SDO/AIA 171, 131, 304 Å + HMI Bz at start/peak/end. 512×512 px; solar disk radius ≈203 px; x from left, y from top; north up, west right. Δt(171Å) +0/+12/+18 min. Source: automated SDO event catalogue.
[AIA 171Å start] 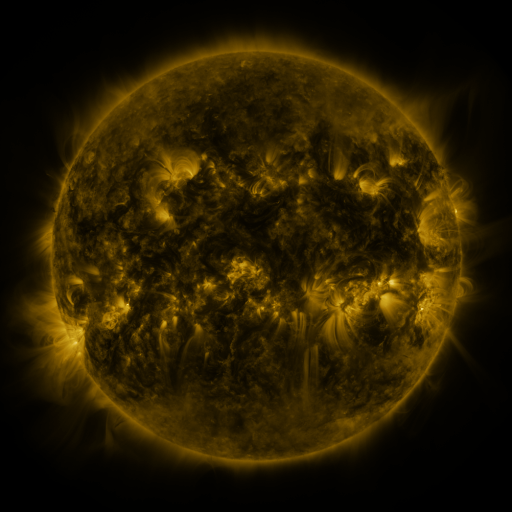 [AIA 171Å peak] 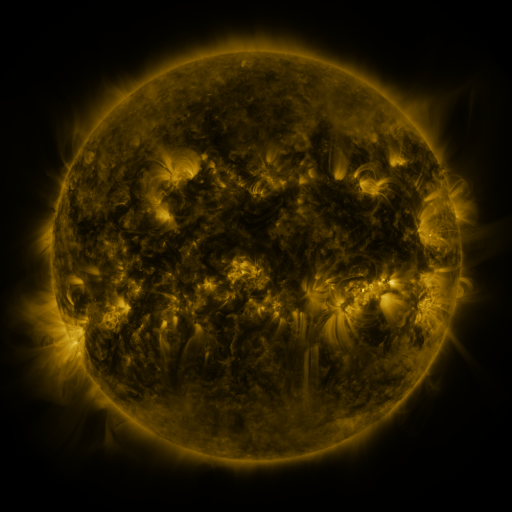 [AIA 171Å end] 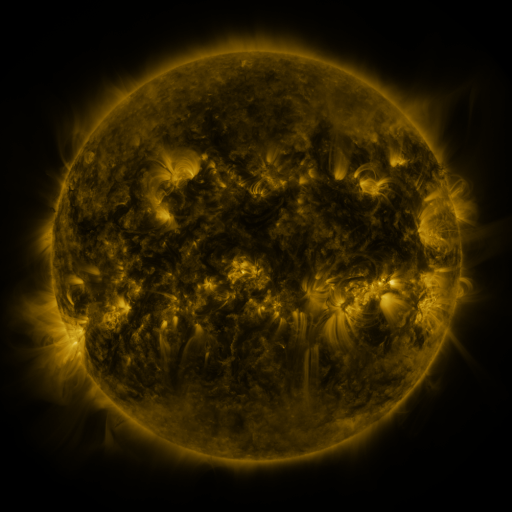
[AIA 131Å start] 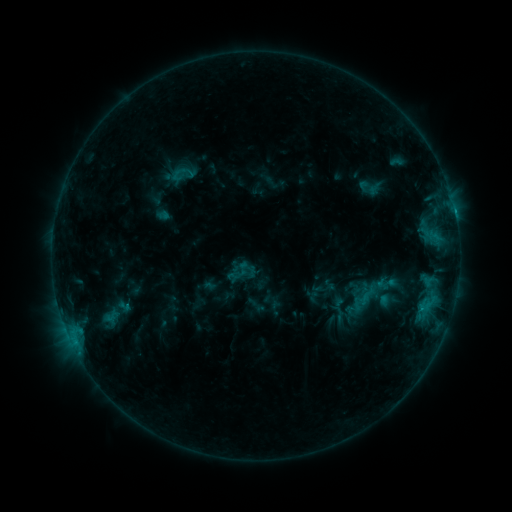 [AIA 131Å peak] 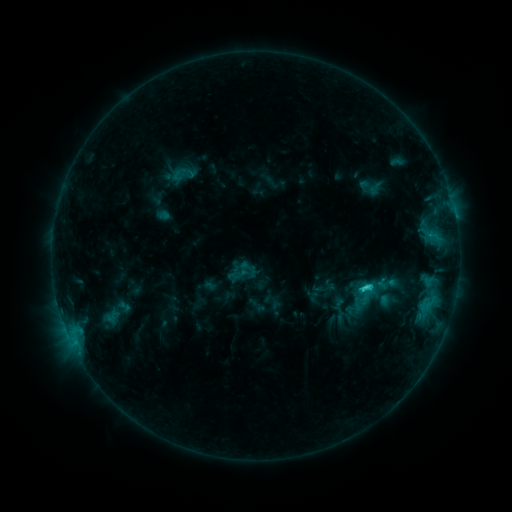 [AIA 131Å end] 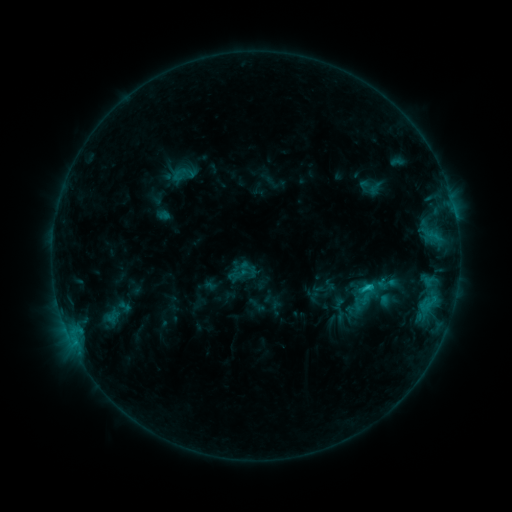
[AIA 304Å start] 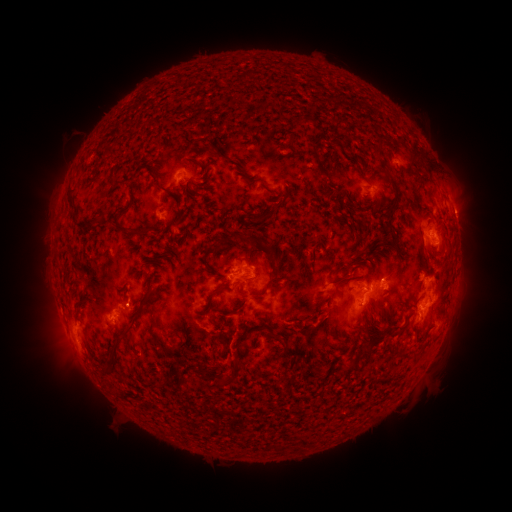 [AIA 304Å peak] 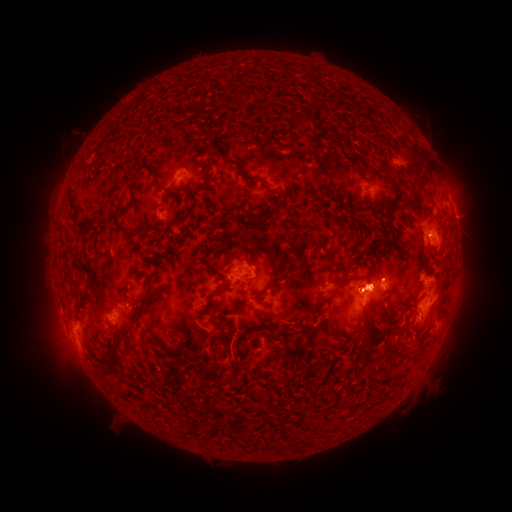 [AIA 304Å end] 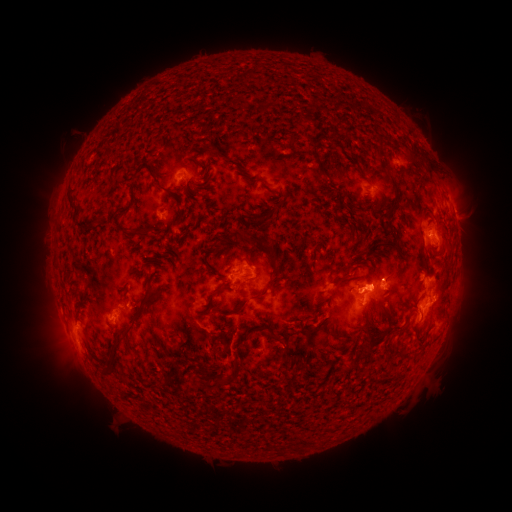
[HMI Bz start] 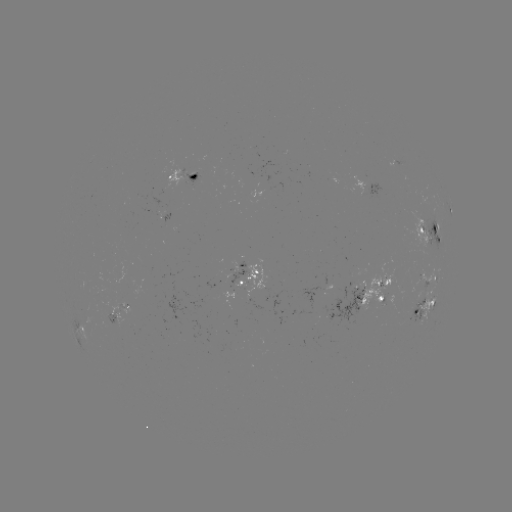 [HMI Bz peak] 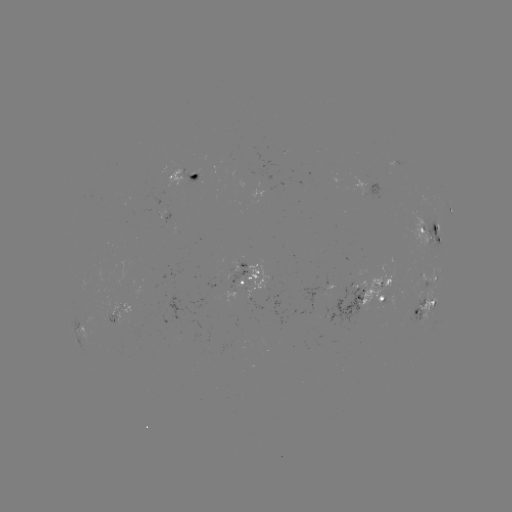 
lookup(C2.2 flare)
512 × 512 (367, 286)